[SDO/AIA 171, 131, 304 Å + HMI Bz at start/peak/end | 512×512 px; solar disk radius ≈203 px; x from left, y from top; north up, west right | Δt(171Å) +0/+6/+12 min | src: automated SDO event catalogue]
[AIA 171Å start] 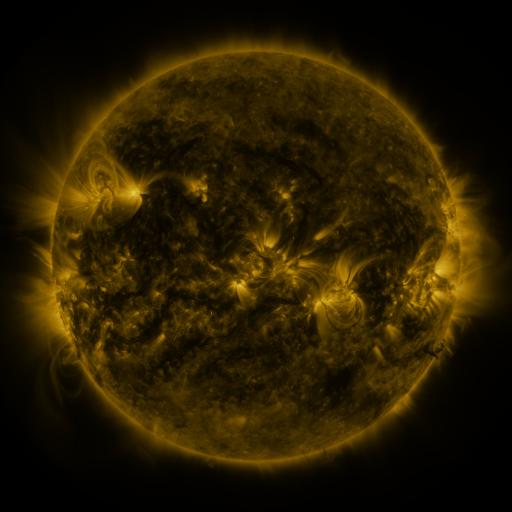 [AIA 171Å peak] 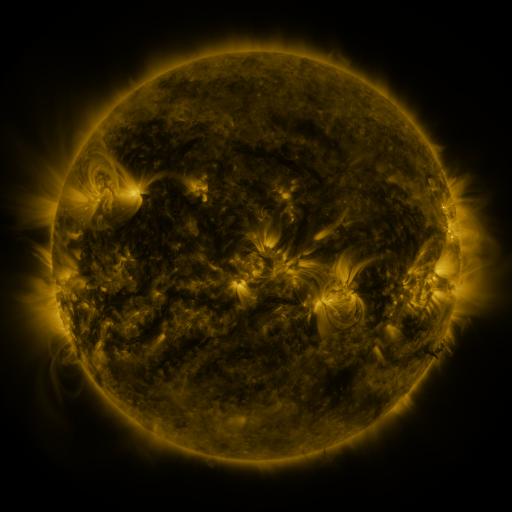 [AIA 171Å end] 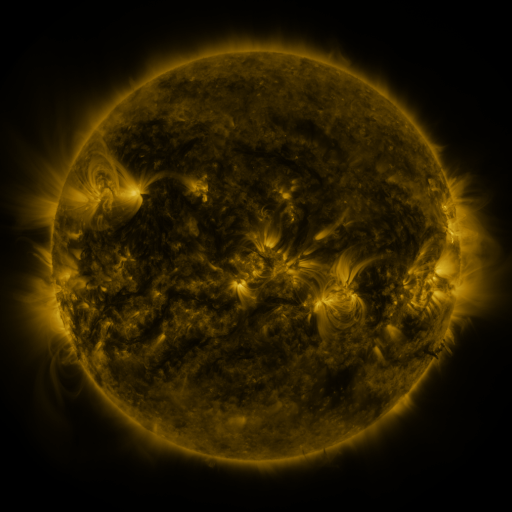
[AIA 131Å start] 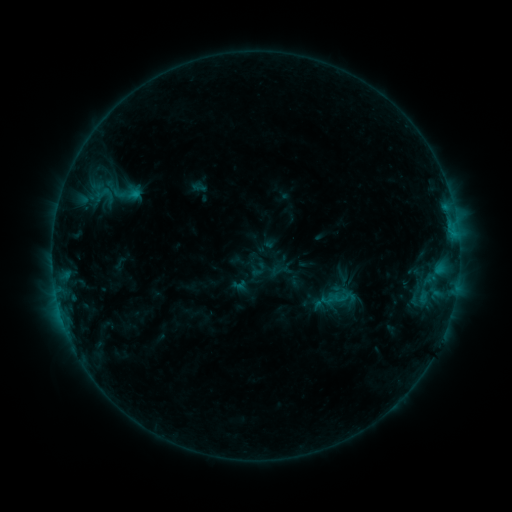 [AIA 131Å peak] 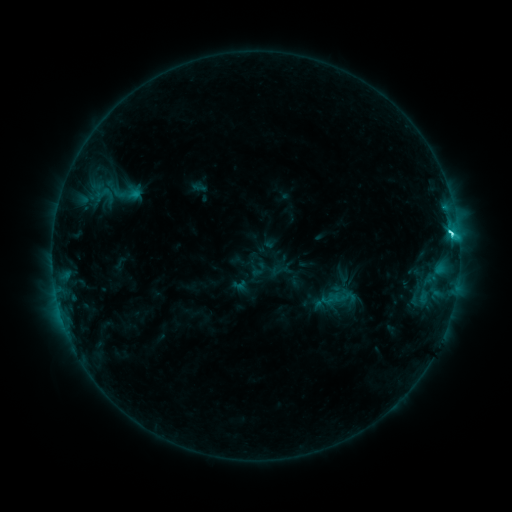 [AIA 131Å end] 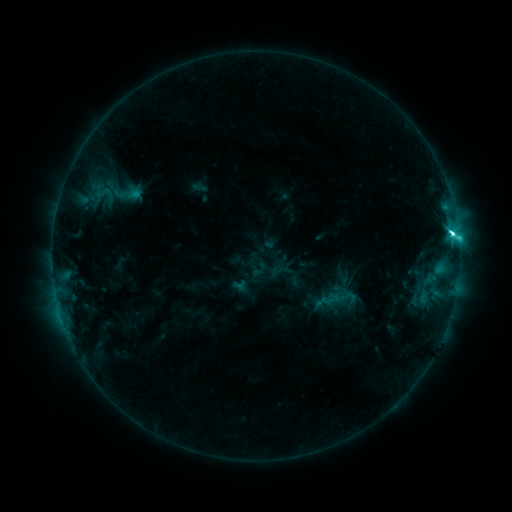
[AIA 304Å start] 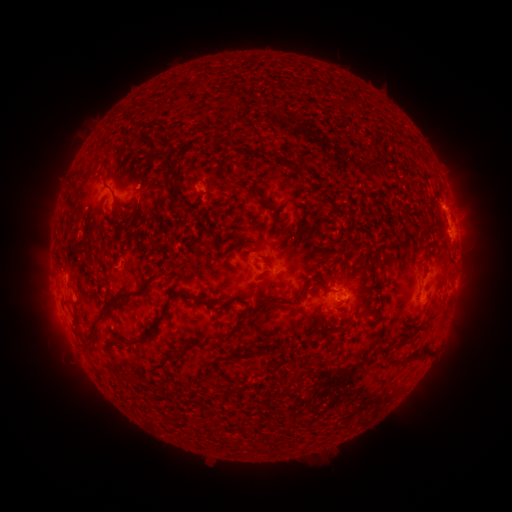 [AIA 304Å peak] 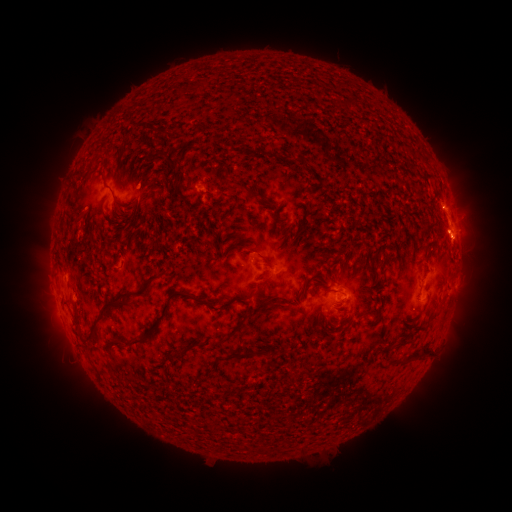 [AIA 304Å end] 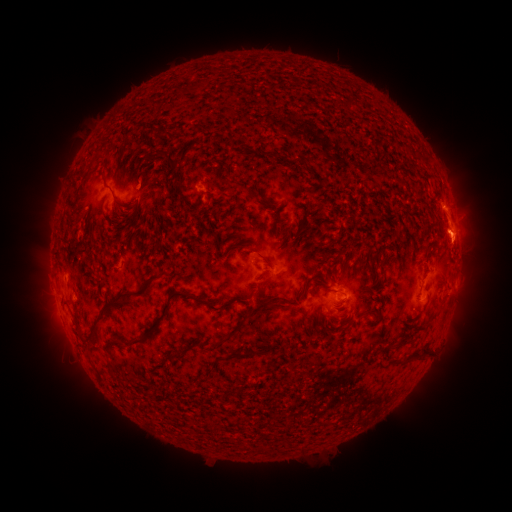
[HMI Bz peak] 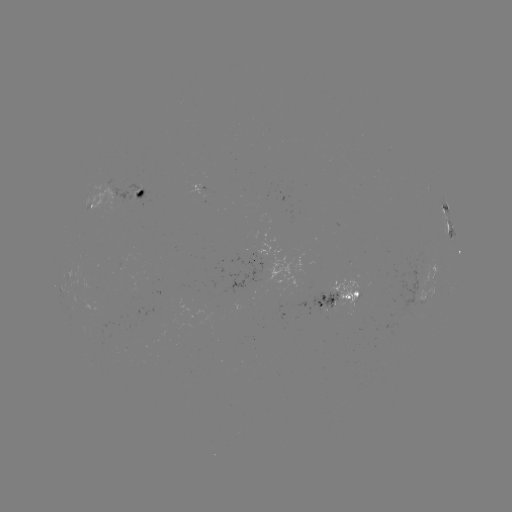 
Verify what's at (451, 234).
C6.1 flare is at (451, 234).